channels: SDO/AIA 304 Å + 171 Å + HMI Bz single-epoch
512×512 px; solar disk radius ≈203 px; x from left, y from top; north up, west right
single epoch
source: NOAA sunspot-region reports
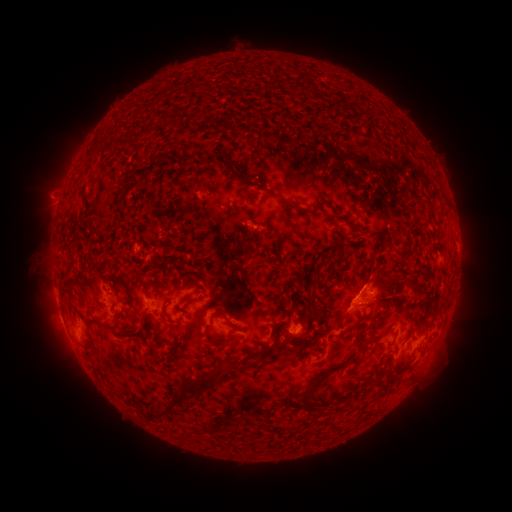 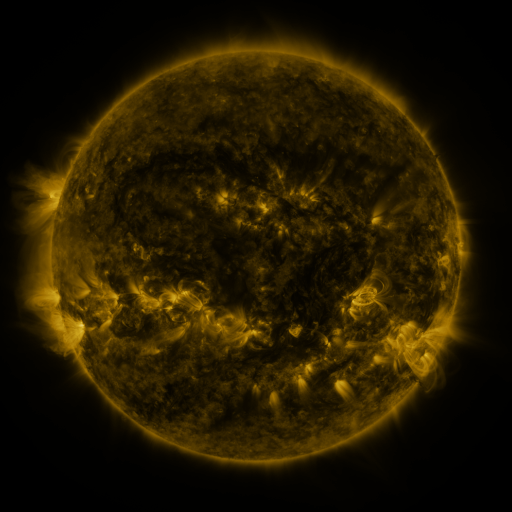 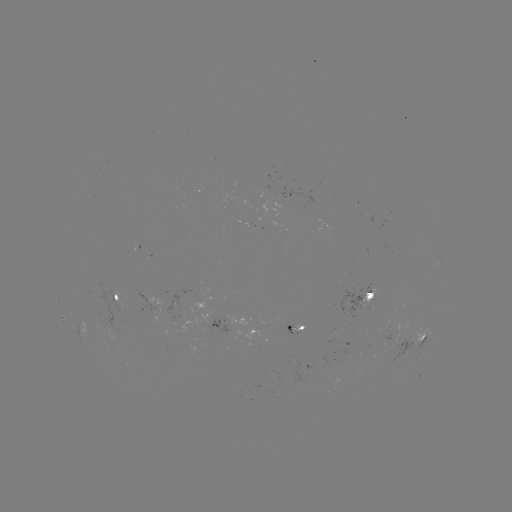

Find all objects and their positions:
spotted active region: (118, 298)
spotted active region: (366, 300)
spotted active region: (155, 304)
spotted active region: (221, 324)
spotted active region: (300, 327)
spotted active region: (415, 340)
